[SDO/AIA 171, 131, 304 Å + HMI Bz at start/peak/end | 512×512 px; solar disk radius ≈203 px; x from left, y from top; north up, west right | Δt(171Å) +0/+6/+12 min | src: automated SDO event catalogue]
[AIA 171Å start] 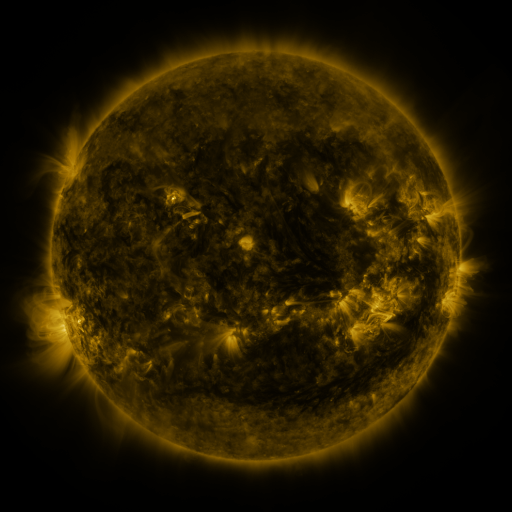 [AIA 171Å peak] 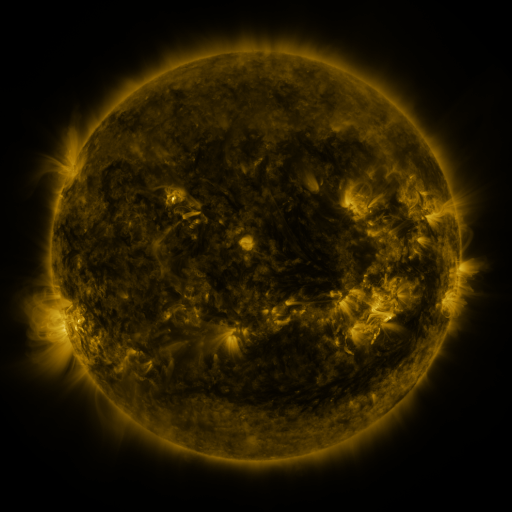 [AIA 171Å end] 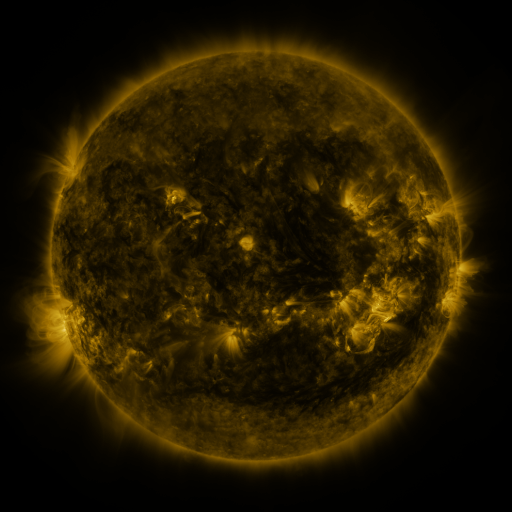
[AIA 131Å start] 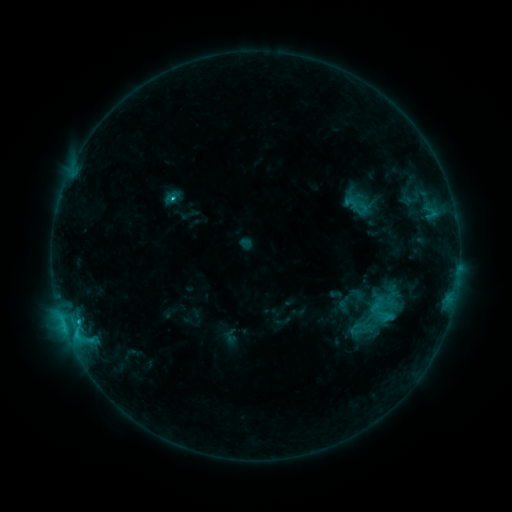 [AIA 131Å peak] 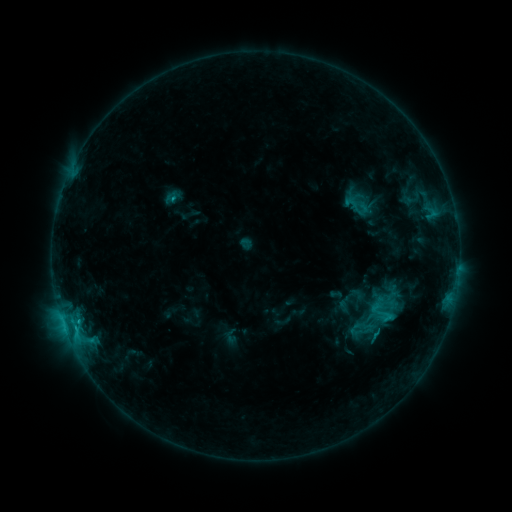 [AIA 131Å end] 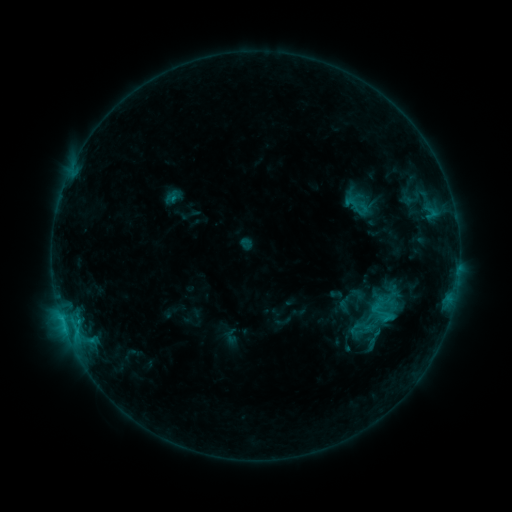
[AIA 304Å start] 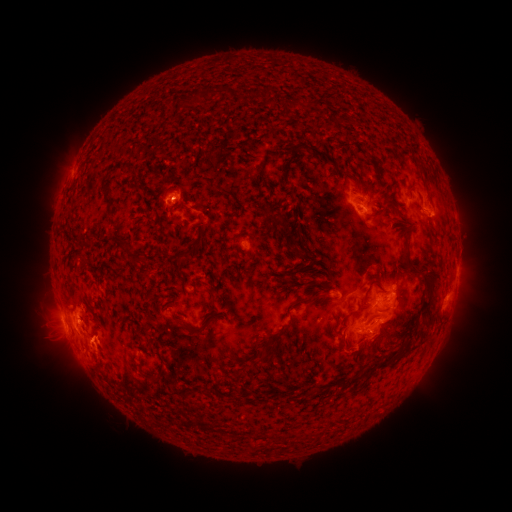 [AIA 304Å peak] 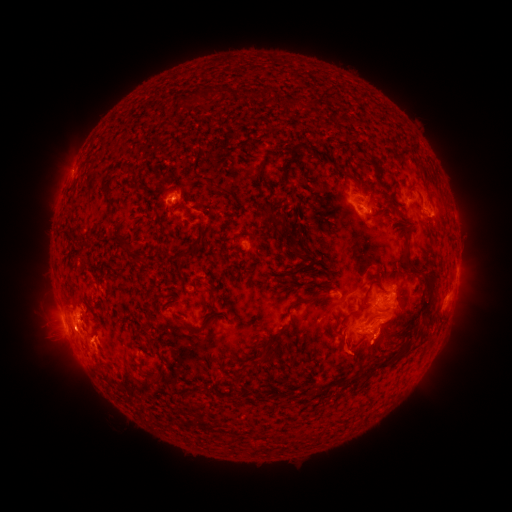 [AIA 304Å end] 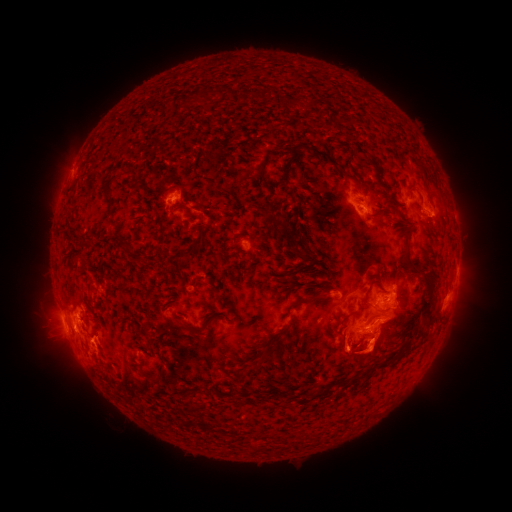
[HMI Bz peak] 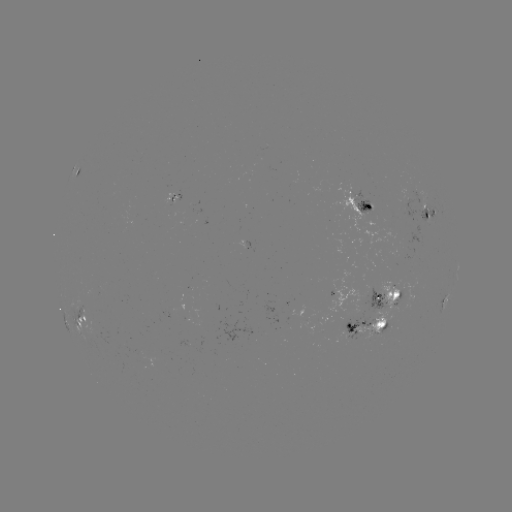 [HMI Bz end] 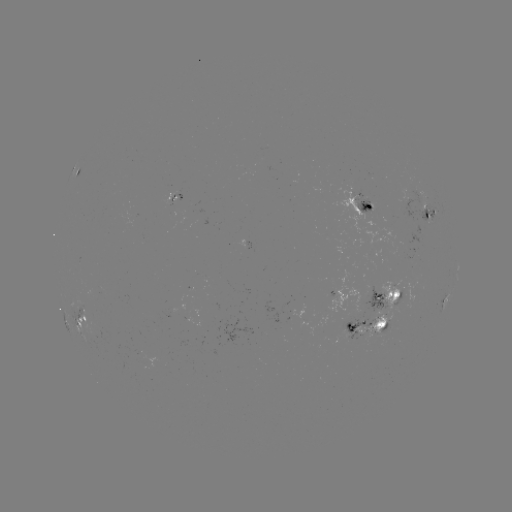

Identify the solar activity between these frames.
eruption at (364, 355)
